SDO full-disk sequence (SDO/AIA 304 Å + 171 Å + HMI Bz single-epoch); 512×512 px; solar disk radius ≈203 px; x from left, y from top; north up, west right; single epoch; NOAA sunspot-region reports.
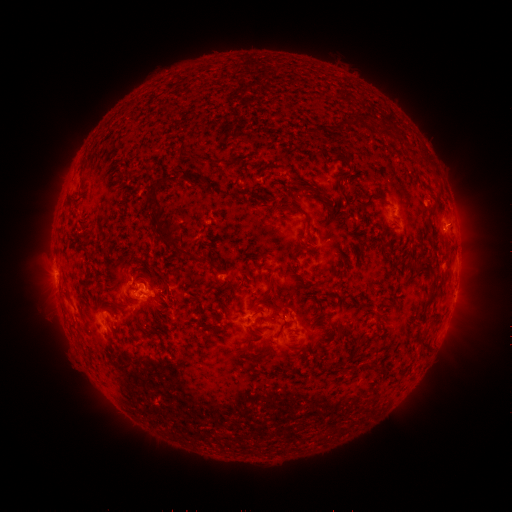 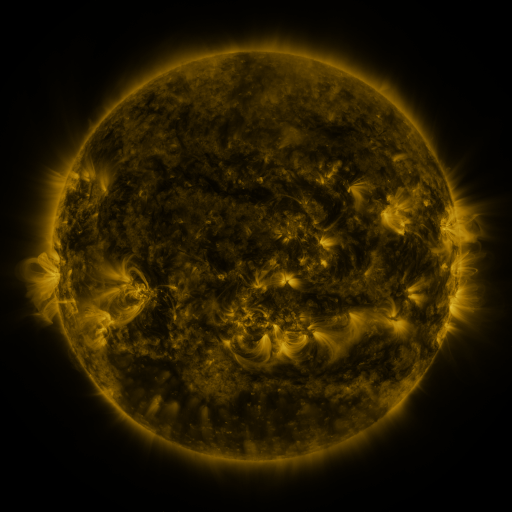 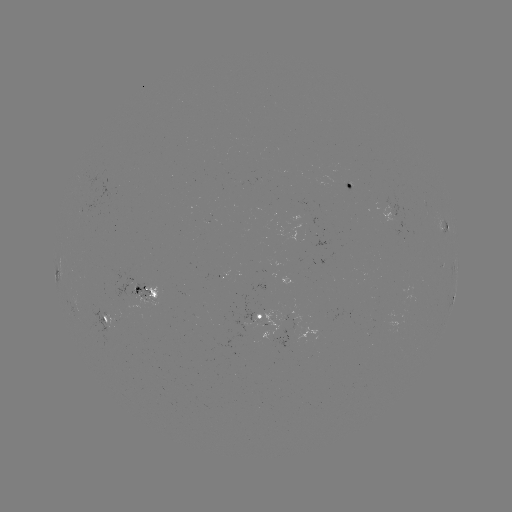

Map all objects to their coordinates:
spotted active region: (353, 188)
spotted active region: (442, 224)
spotted active region: (455, 294)
spotted active region: (151, 300)
spotted active region: (275, 320)
spotted active region: (113, 326)
spotted active region: (322, 330)
